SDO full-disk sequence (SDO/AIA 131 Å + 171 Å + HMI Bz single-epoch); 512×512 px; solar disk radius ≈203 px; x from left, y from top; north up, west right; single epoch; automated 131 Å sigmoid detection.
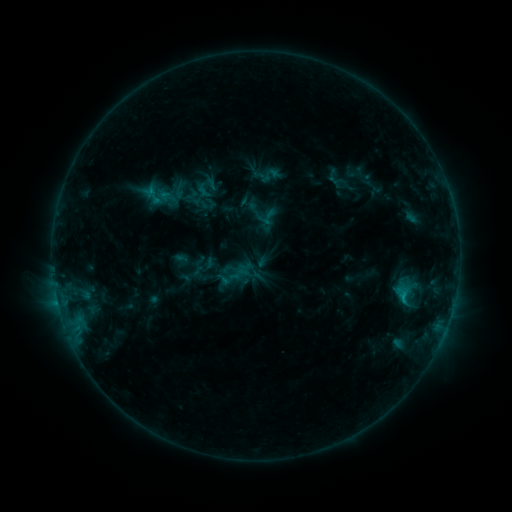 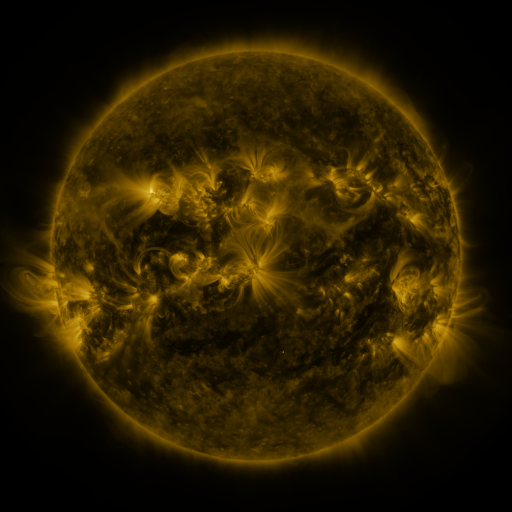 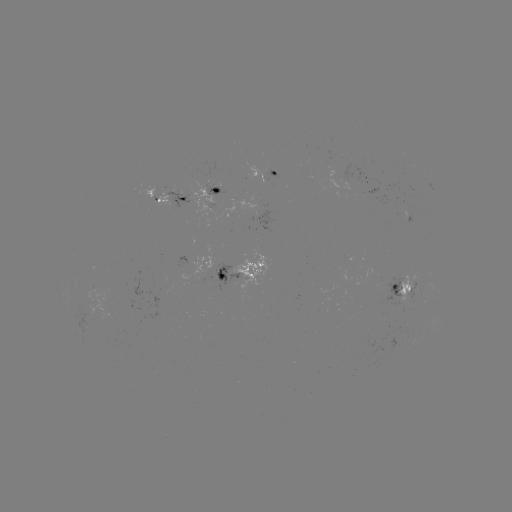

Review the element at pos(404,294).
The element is sigmoid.